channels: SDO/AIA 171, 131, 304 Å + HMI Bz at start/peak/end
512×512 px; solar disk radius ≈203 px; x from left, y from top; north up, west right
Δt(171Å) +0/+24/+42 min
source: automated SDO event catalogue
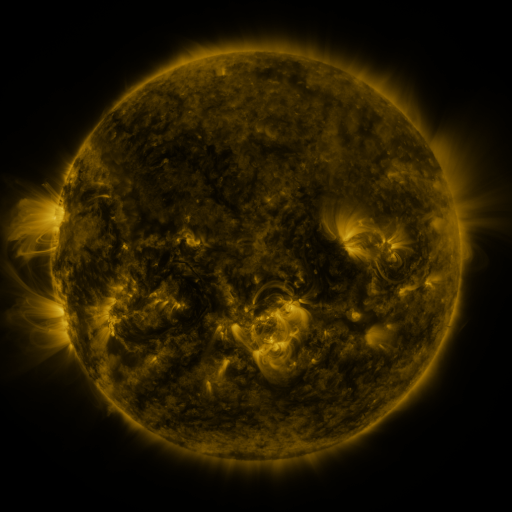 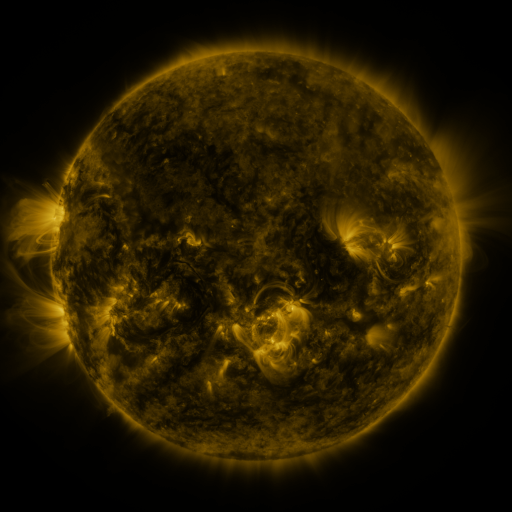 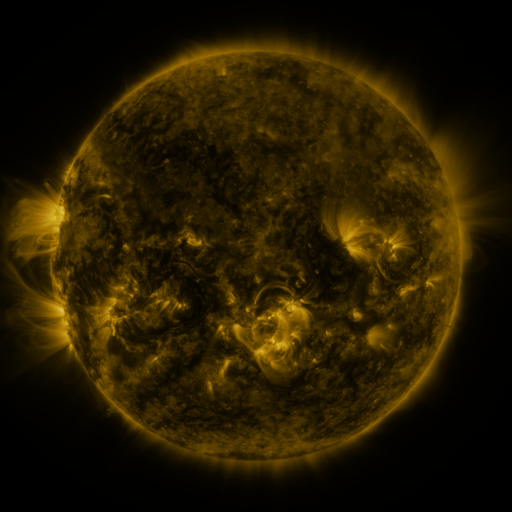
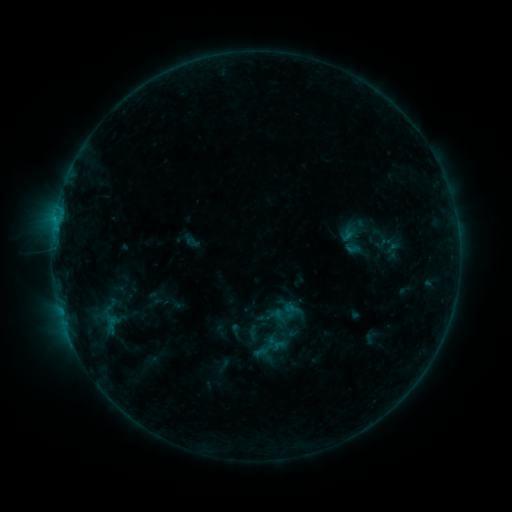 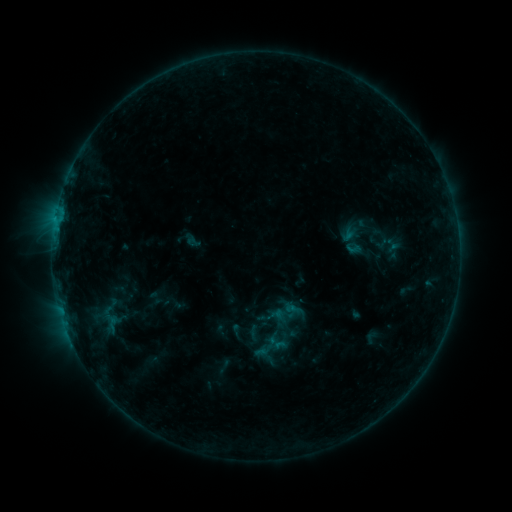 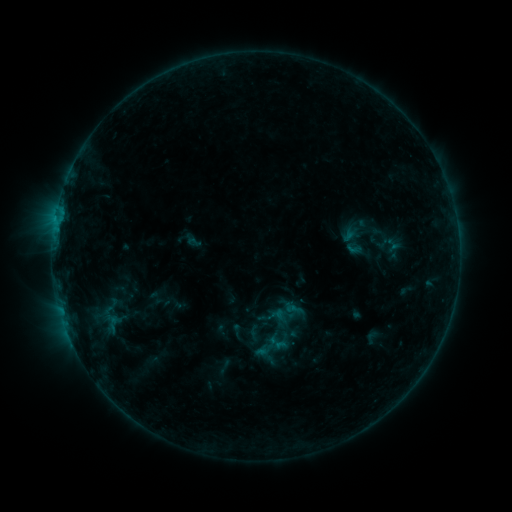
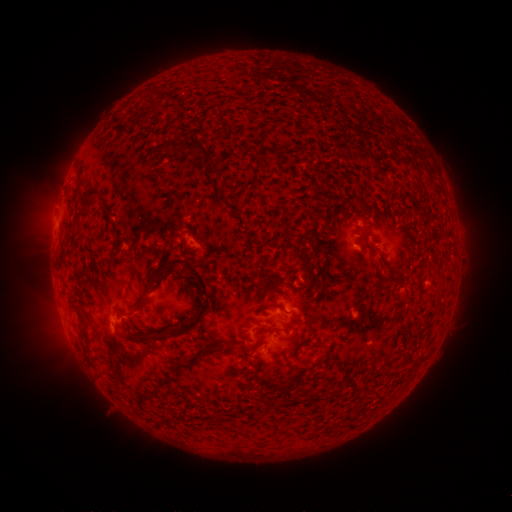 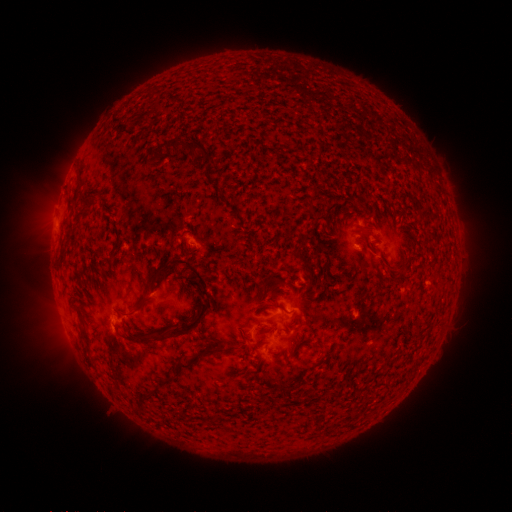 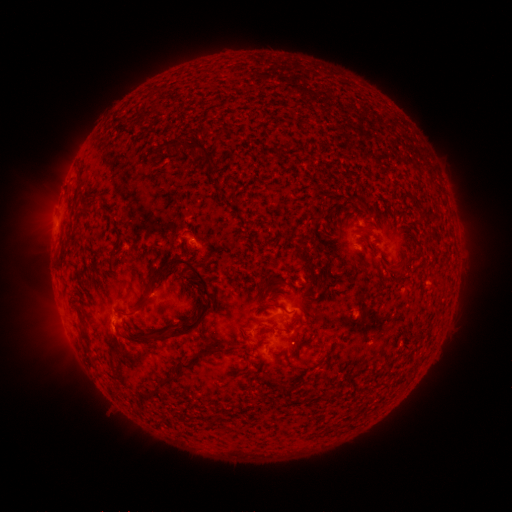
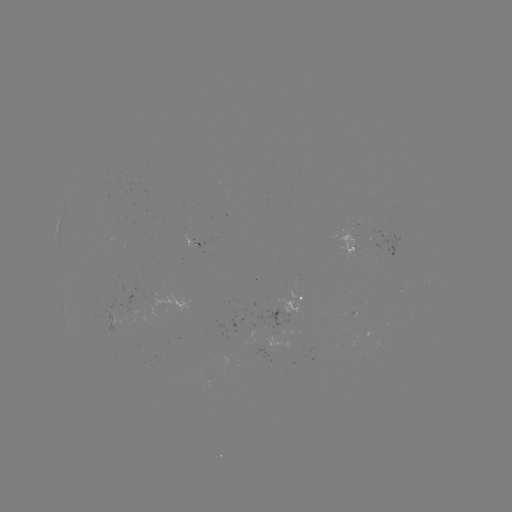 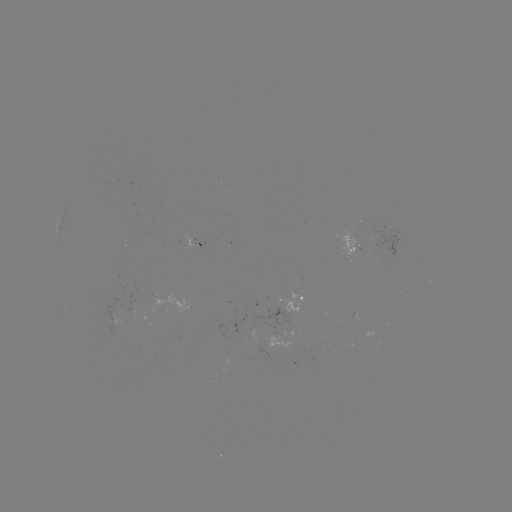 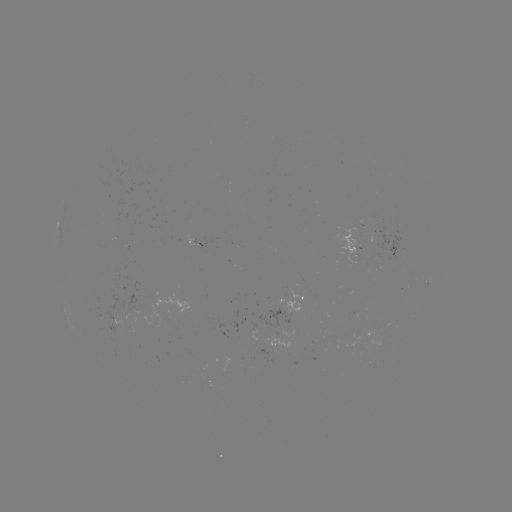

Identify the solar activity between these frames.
no classed flare was catalogued and no EUV brightening was flagged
